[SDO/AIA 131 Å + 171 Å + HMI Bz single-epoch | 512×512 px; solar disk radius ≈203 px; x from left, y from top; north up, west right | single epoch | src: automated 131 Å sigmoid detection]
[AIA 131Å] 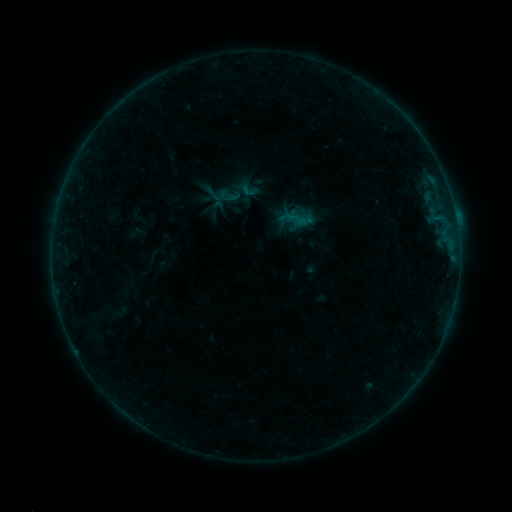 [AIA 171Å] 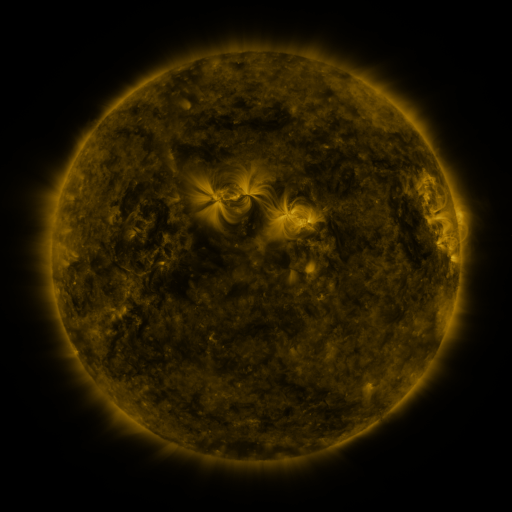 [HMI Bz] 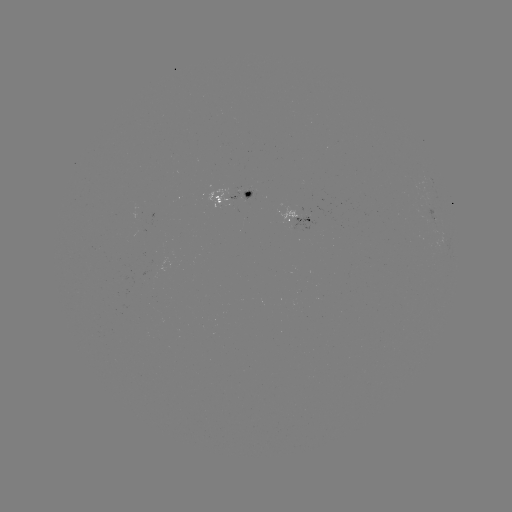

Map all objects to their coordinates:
sigmoid: (241, 187)
sigmoid: (228, 196)
